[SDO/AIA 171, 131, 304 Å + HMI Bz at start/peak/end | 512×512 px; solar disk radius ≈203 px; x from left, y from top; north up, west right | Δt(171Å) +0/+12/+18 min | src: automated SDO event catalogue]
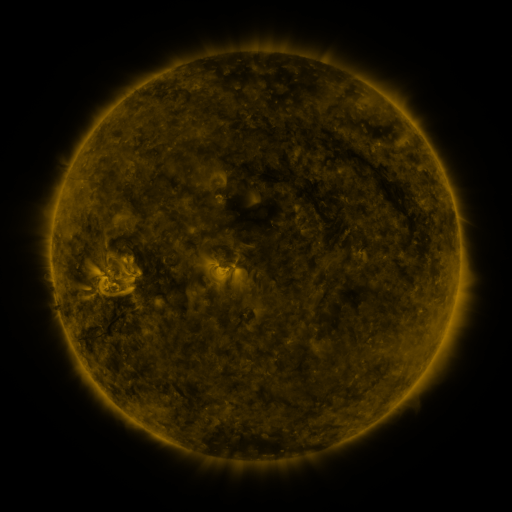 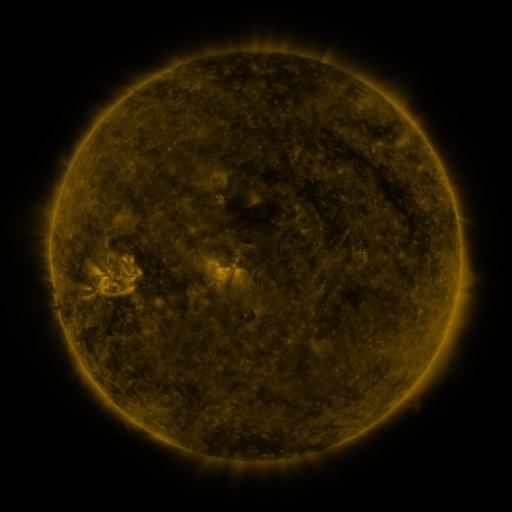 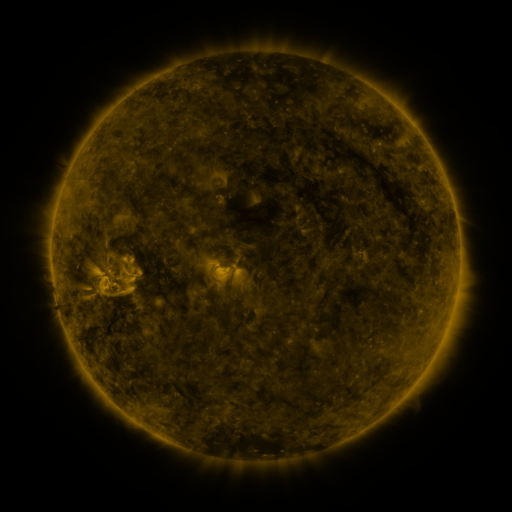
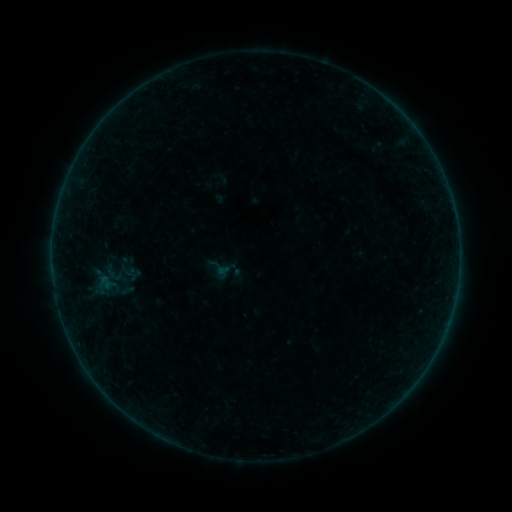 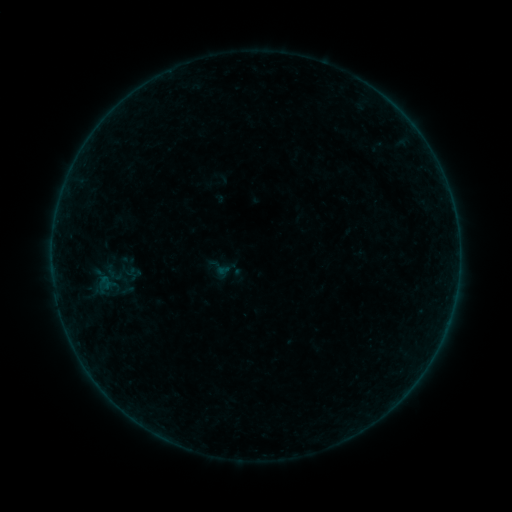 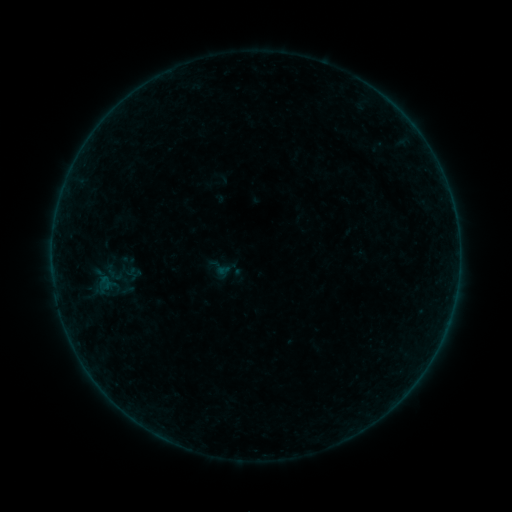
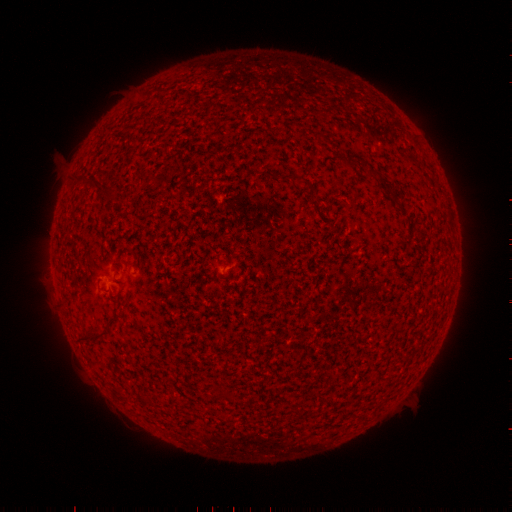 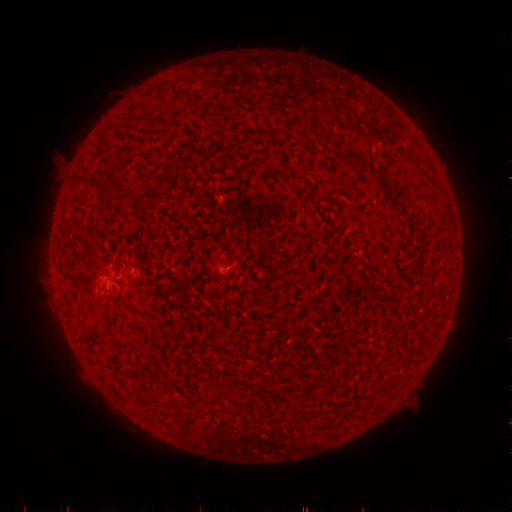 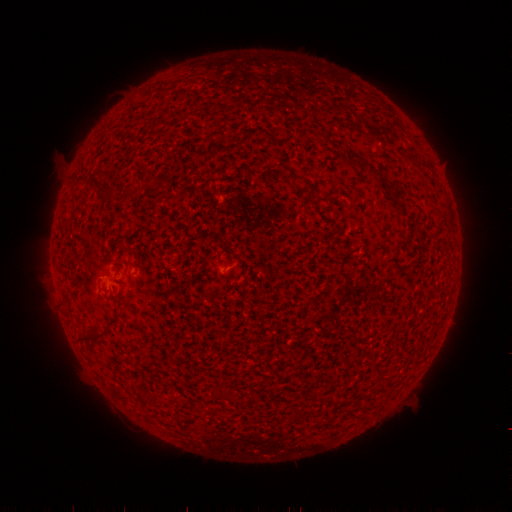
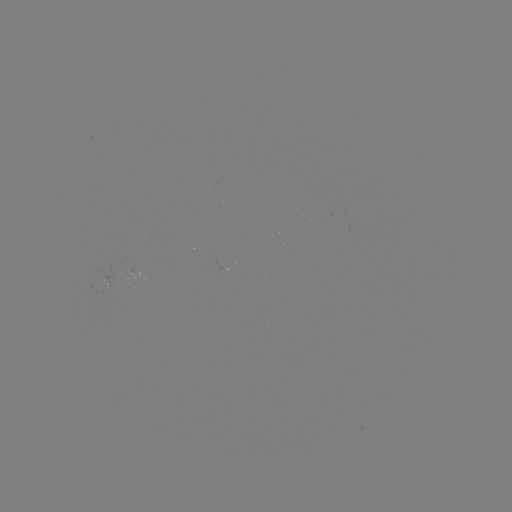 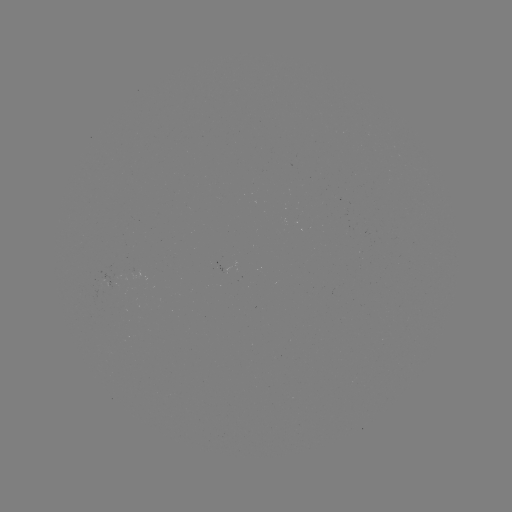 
no classed flare was catalogued and no EUV brightening was flagged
